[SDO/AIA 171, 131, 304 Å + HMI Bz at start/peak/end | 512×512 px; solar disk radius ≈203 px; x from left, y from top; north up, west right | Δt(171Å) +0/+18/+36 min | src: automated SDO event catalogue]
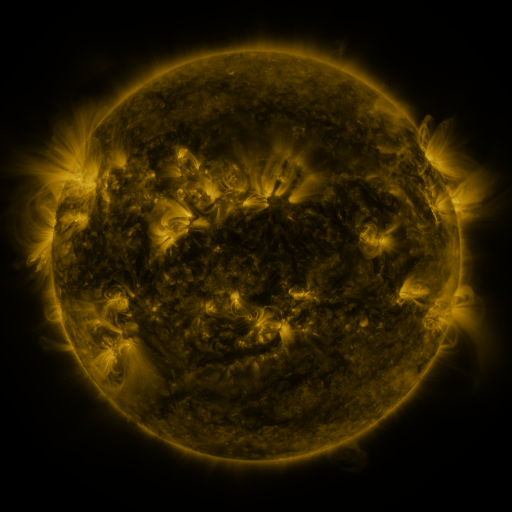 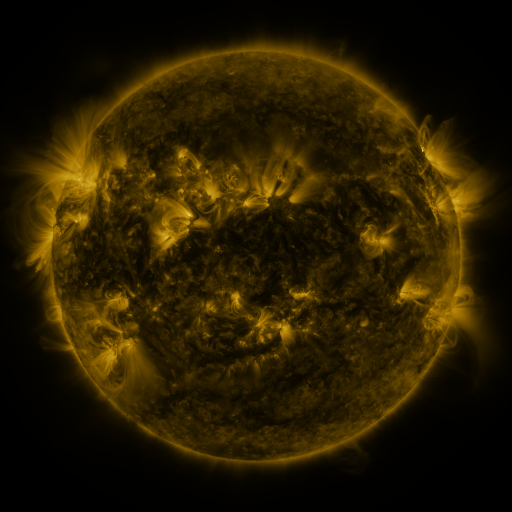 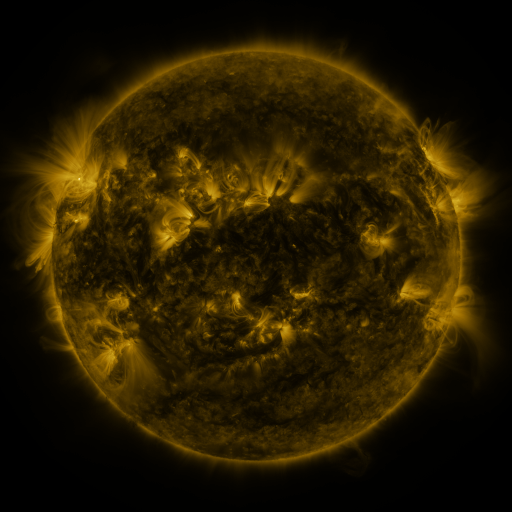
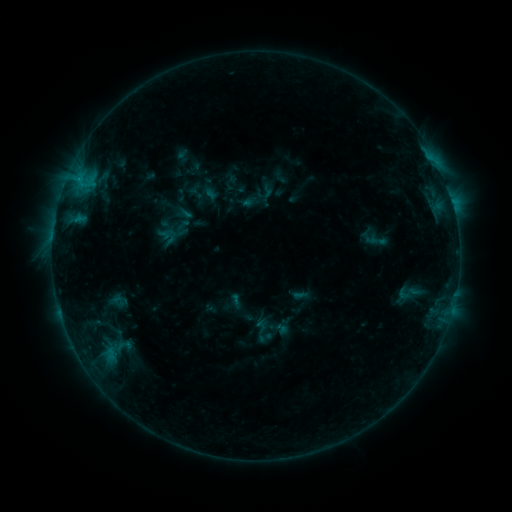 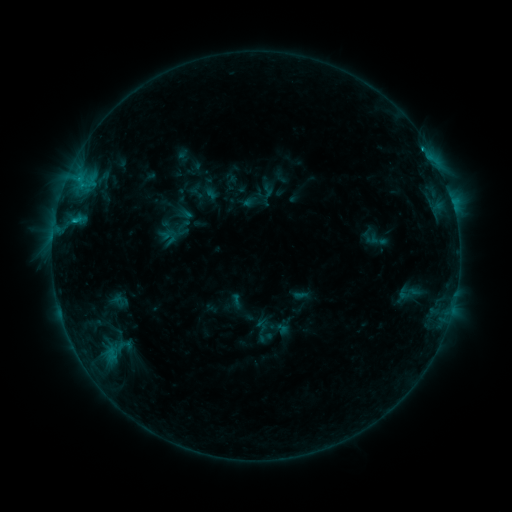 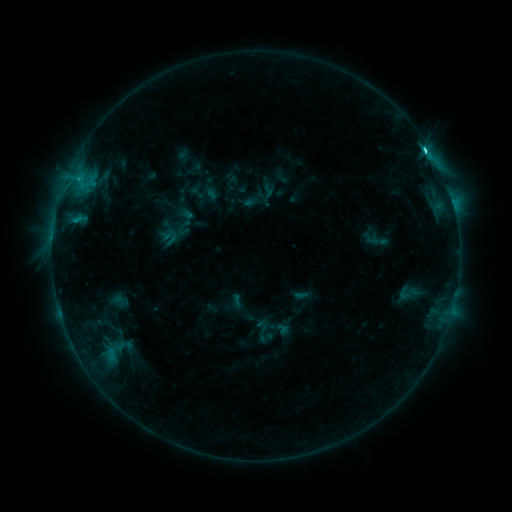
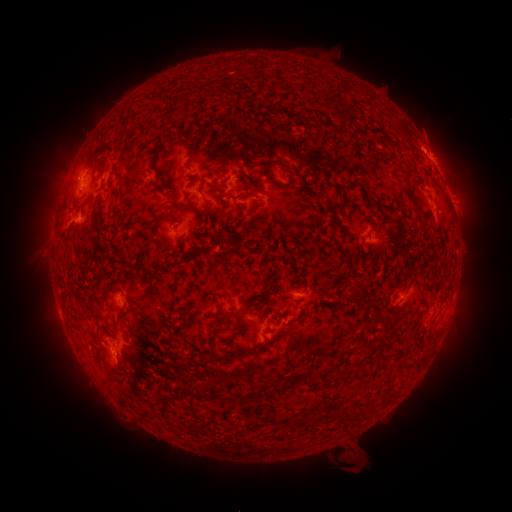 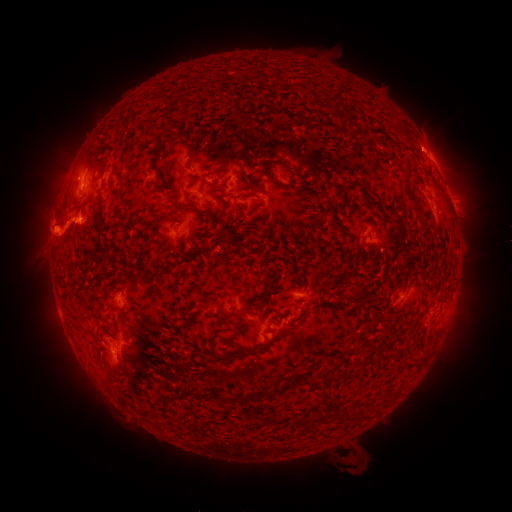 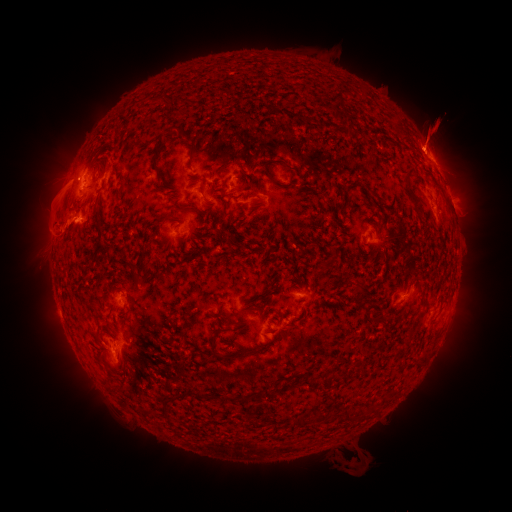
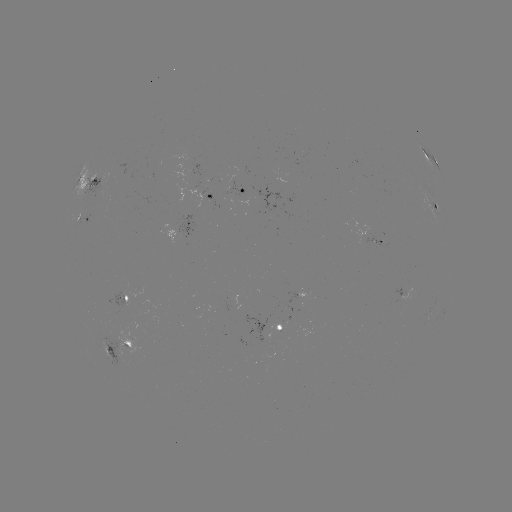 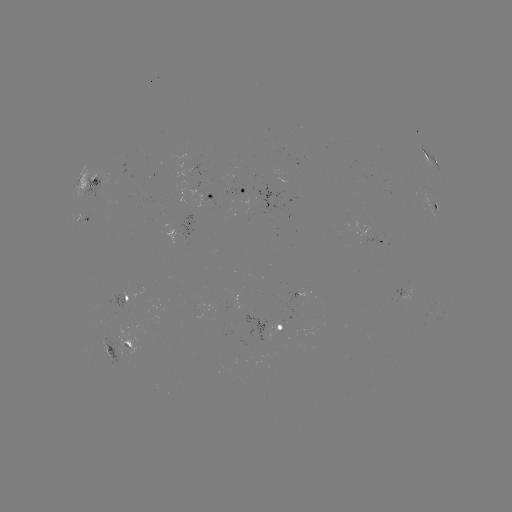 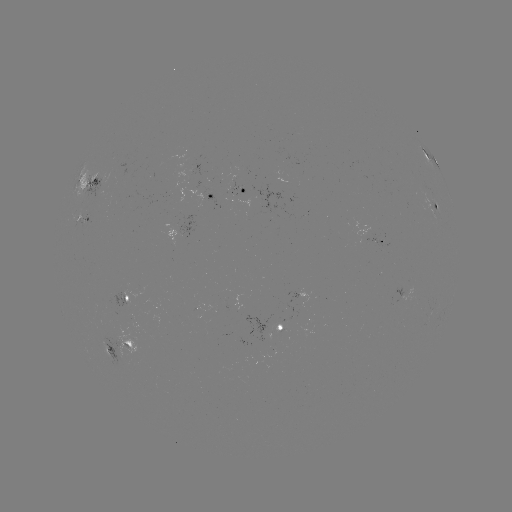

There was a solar eruption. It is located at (48, 227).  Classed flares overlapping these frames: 2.